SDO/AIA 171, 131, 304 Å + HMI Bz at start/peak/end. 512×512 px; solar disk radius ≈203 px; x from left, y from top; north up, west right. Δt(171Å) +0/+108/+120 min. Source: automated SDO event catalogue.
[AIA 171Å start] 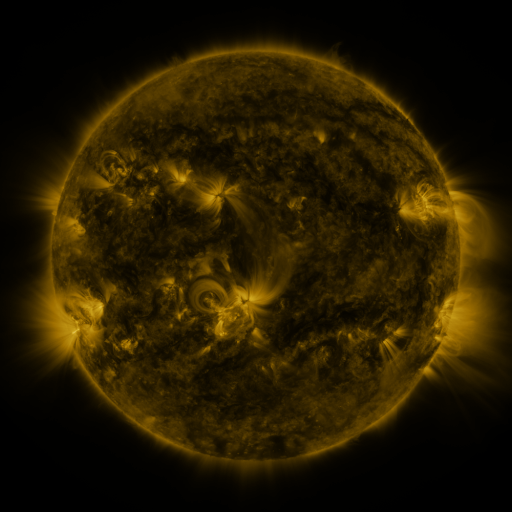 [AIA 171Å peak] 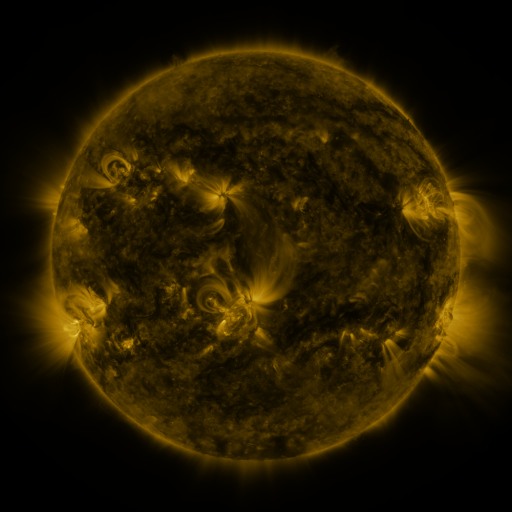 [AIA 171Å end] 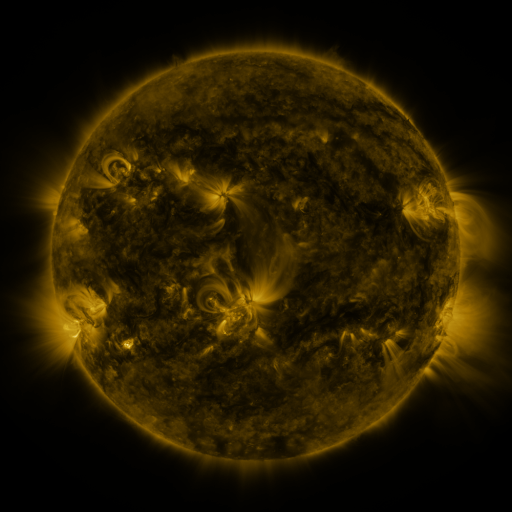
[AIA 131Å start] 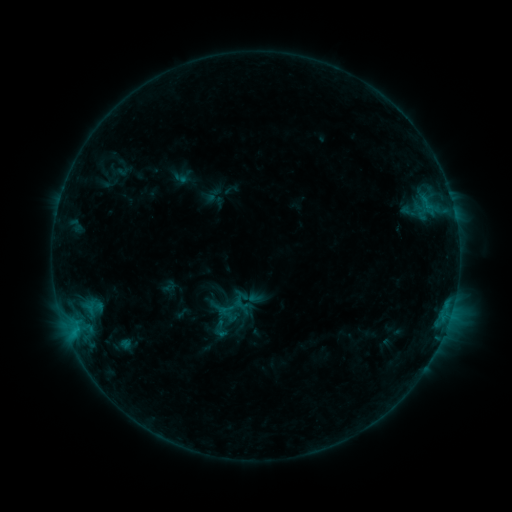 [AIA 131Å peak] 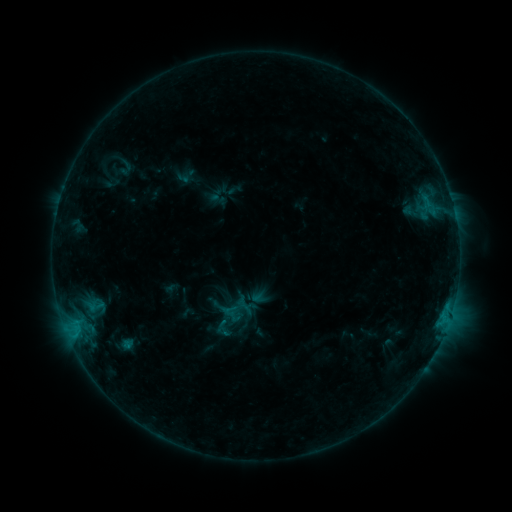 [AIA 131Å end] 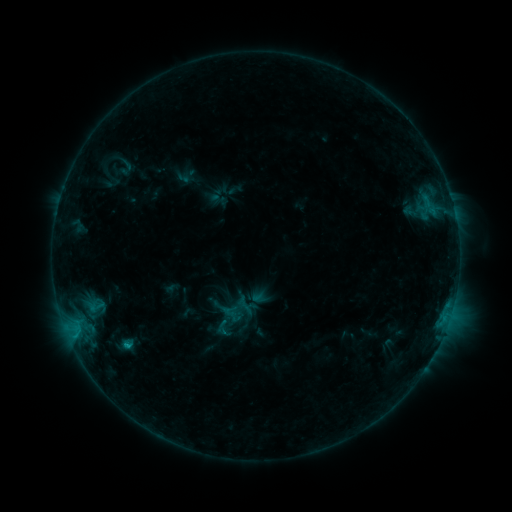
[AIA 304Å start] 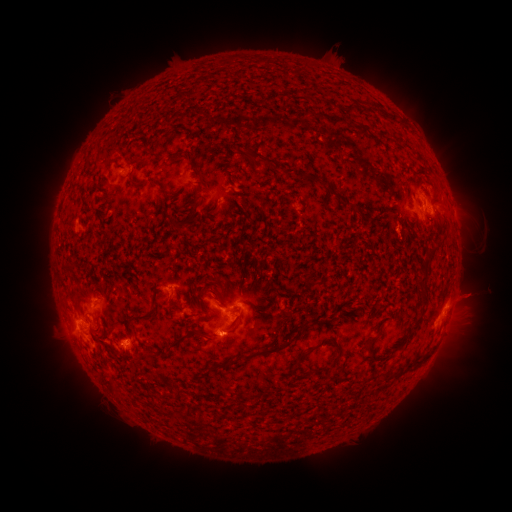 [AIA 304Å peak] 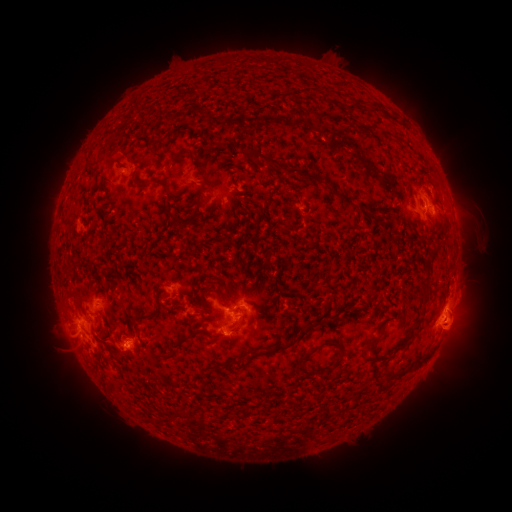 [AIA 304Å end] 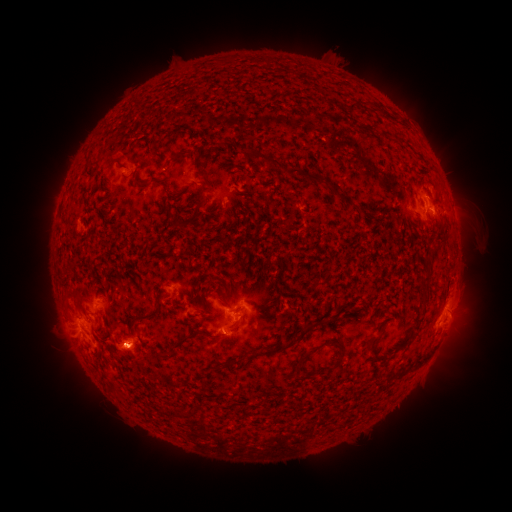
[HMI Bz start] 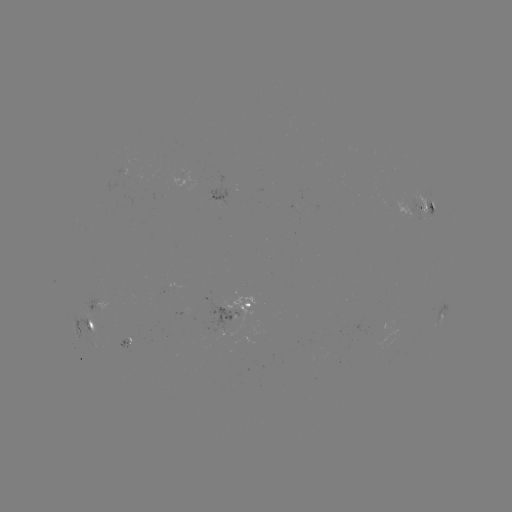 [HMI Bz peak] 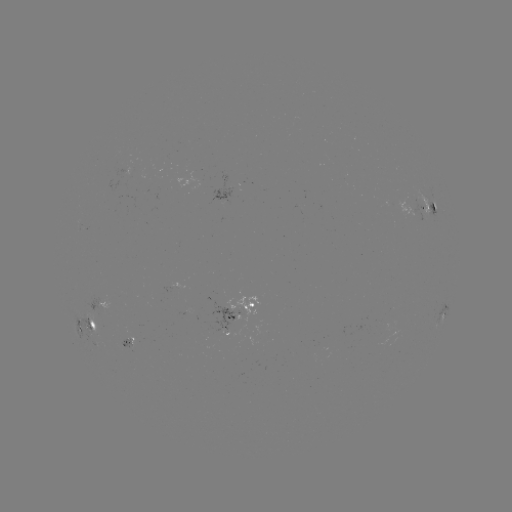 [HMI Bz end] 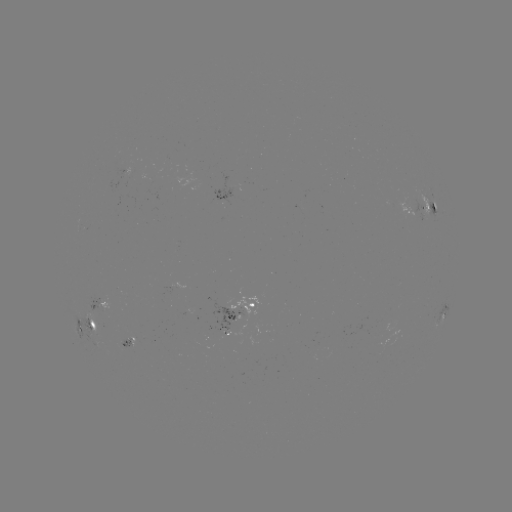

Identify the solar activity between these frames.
emerging-flux region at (122, 345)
